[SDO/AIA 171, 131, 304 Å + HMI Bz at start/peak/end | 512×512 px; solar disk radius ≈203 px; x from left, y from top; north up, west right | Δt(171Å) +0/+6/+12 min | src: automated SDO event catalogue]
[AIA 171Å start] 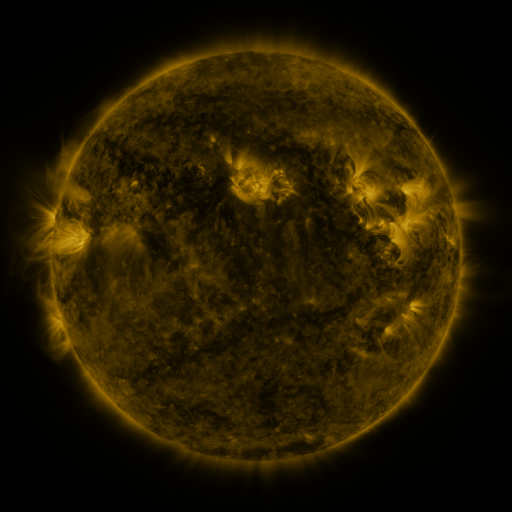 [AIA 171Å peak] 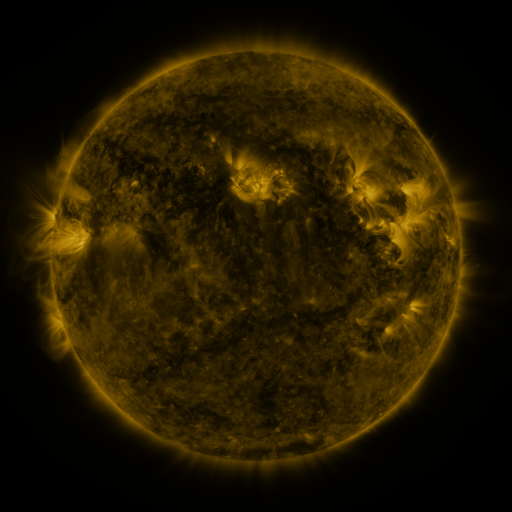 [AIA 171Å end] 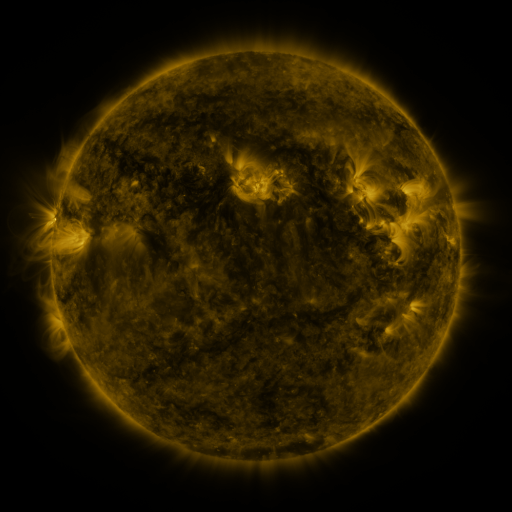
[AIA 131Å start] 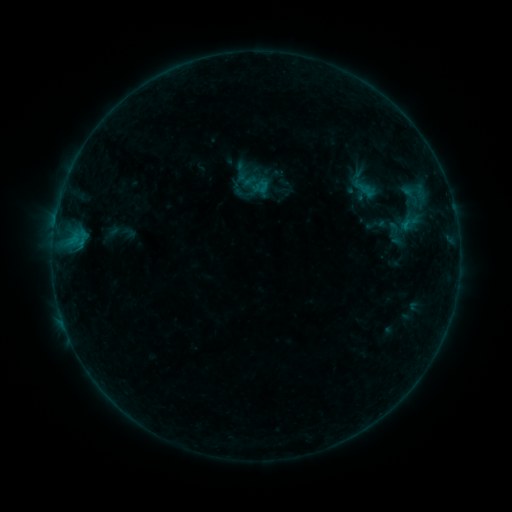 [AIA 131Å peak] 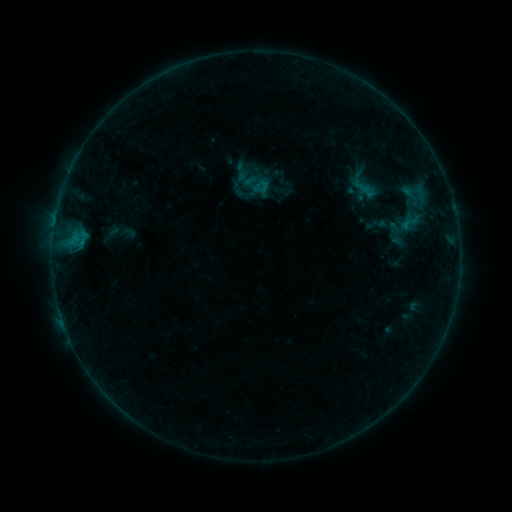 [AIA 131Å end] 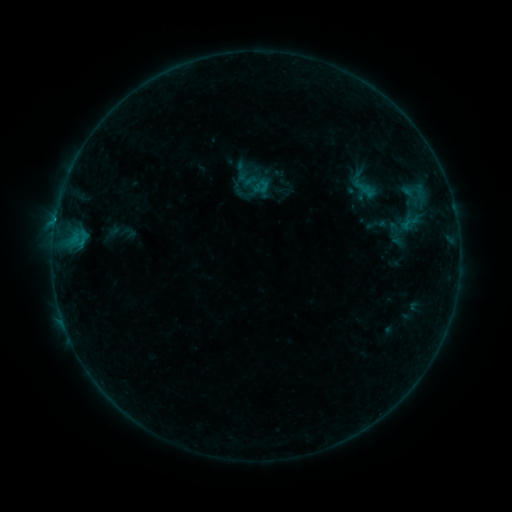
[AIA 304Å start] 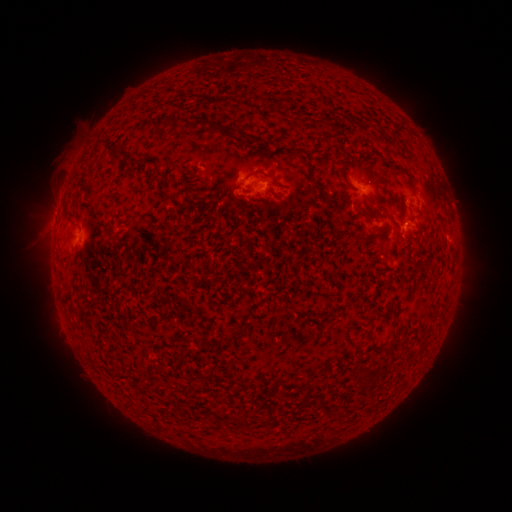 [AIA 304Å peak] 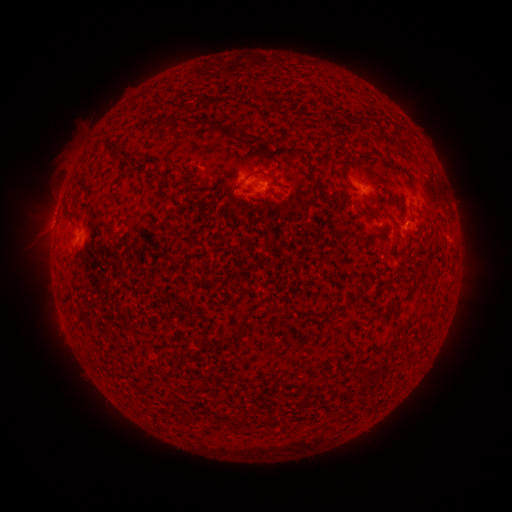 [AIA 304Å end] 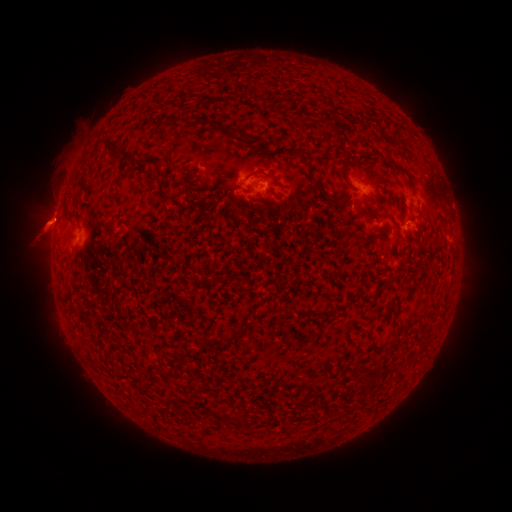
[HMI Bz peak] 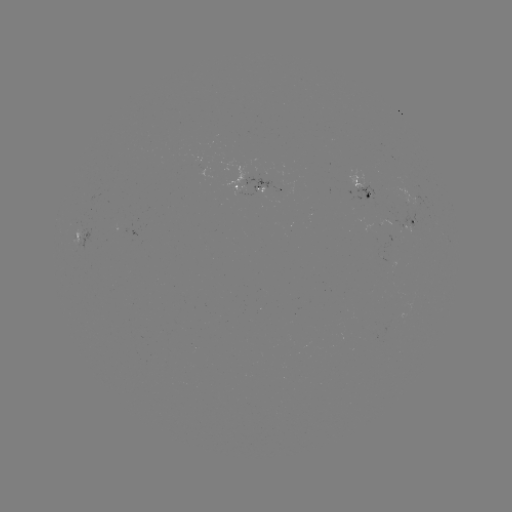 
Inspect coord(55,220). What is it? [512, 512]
B3.2 flare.